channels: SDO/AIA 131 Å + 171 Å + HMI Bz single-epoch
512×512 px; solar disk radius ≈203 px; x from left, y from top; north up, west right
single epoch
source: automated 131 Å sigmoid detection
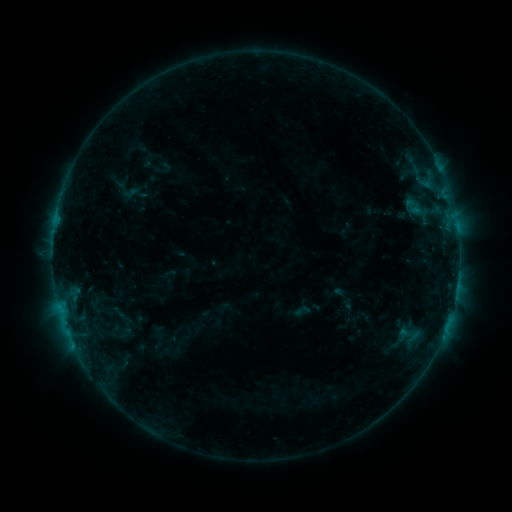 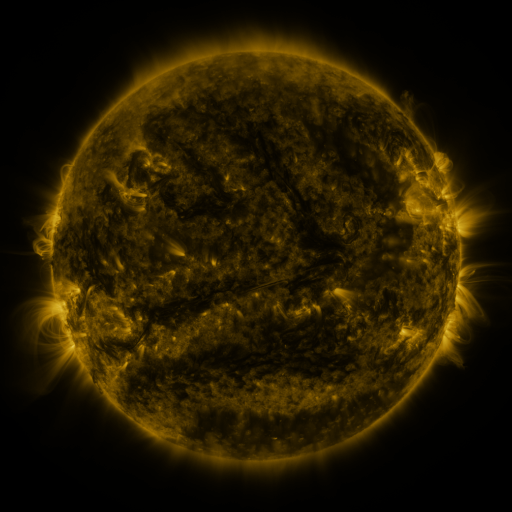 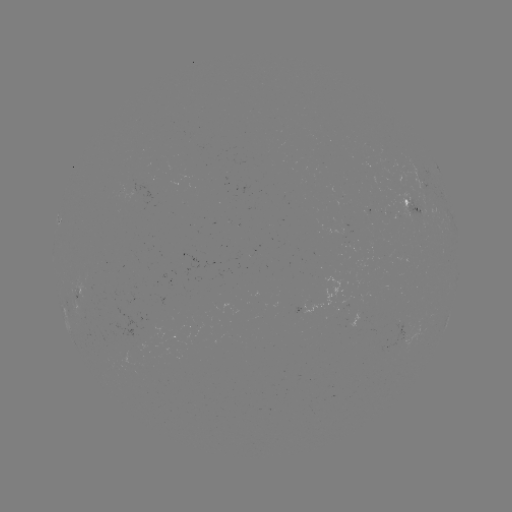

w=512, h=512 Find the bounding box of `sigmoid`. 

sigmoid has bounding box [293, 302, 310, 319].